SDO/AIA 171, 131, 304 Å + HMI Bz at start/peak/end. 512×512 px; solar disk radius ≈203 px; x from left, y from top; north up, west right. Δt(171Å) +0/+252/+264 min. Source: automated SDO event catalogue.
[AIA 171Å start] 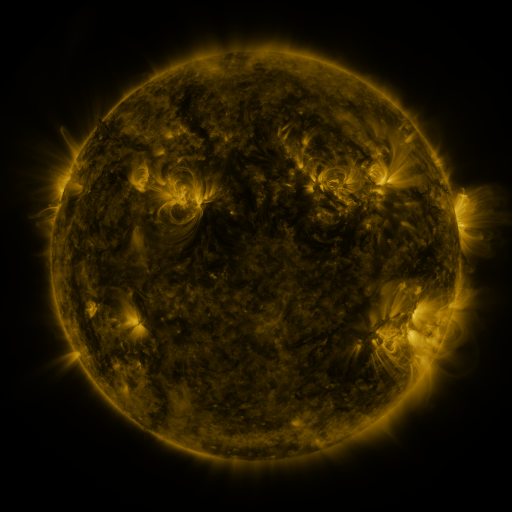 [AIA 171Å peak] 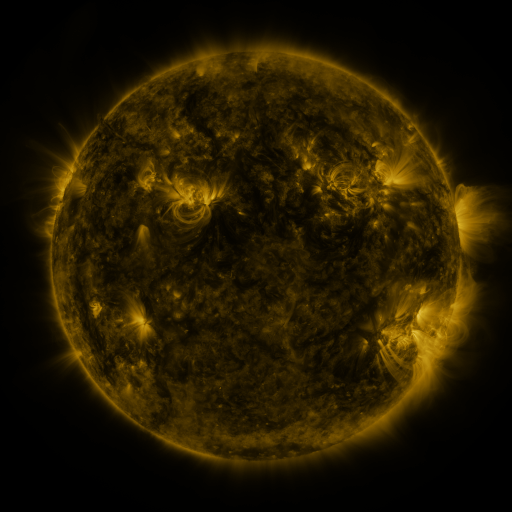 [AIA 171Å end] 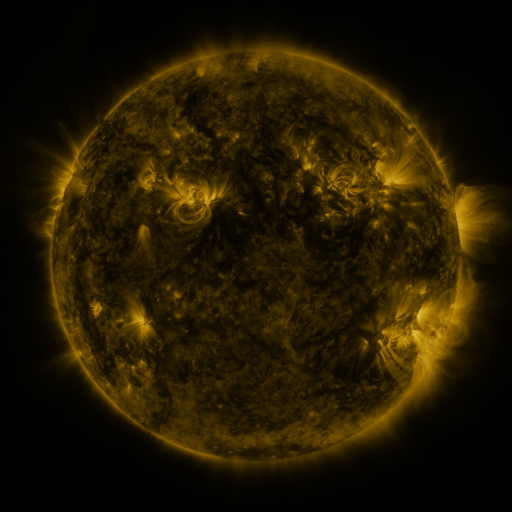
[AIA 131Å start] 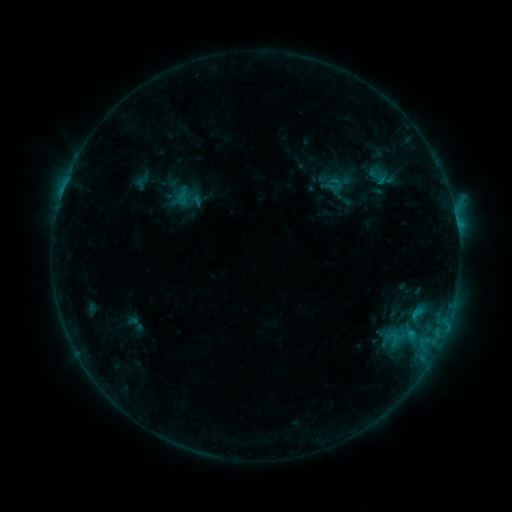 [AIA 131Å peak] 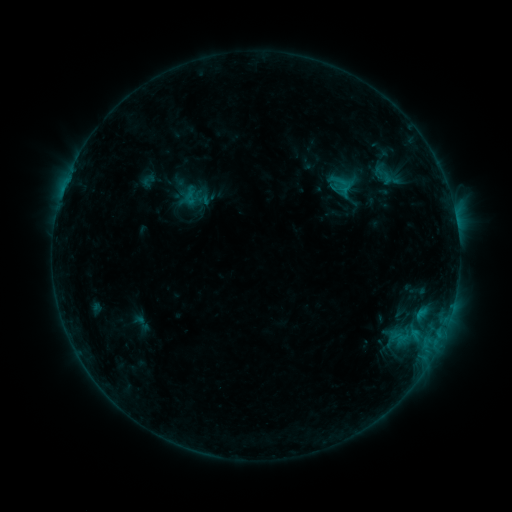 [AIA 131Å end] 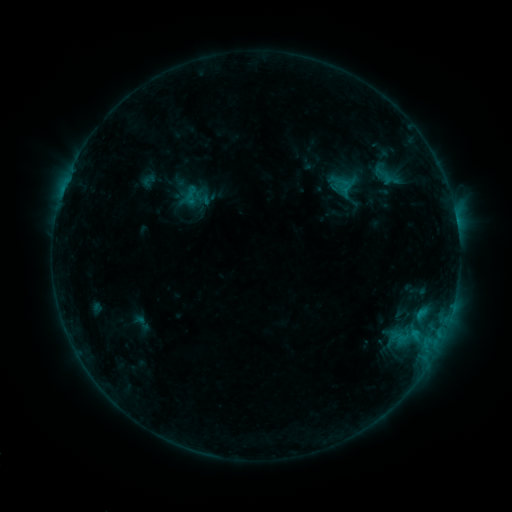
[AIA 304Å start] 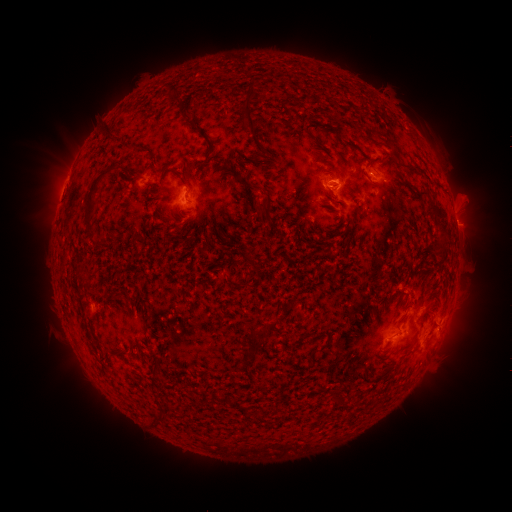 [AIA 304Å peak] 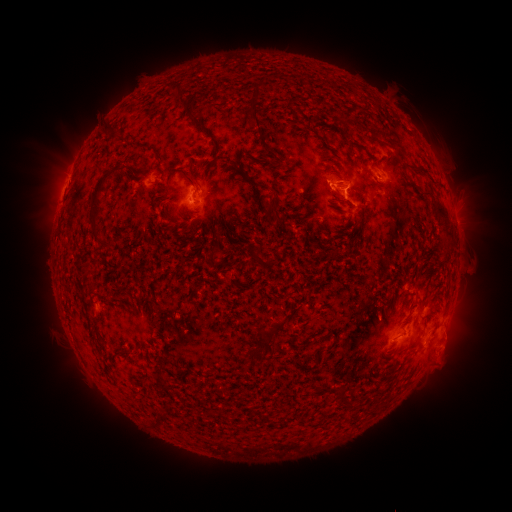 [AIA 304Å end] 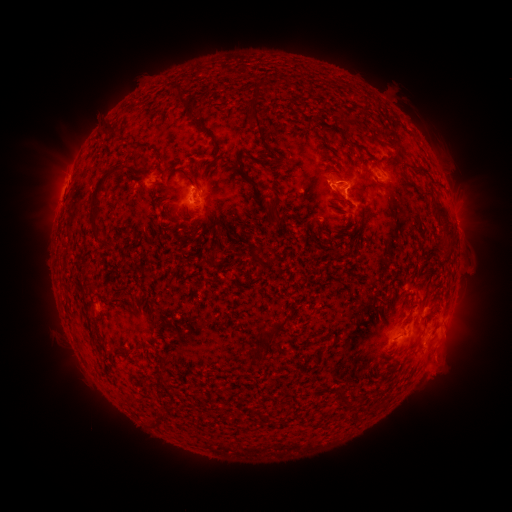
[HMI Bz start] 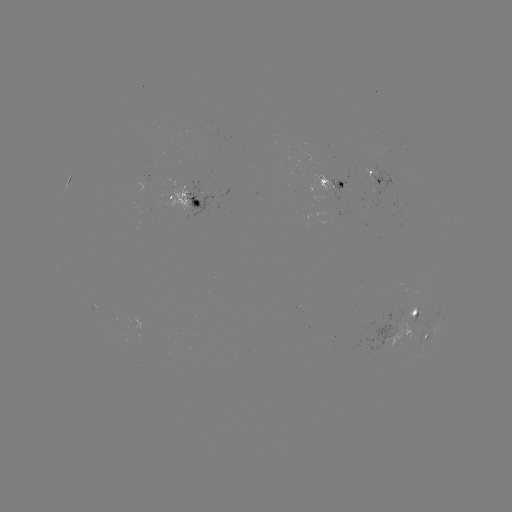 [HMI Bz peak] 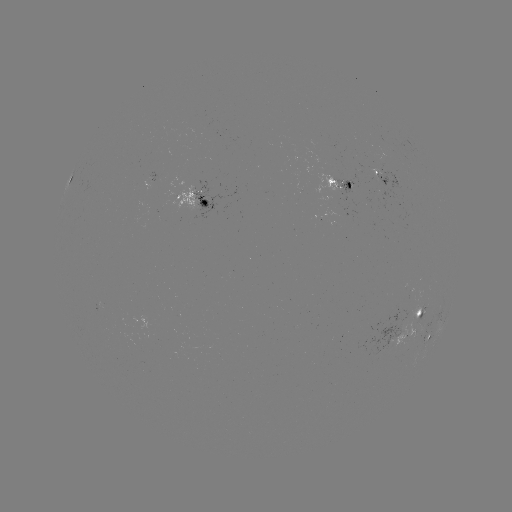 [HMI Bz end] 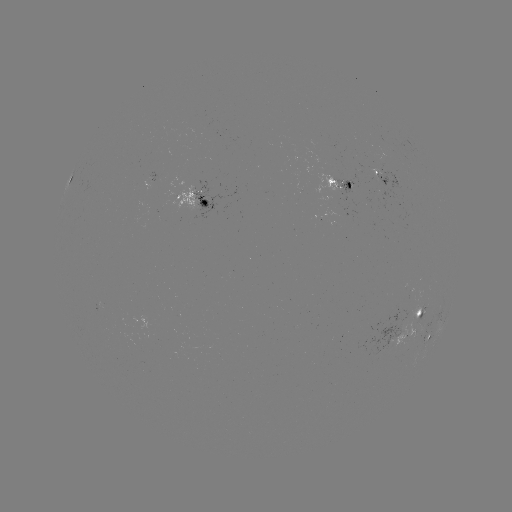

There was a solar emerging-flux region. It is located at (335, 189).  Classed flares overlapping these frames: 1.